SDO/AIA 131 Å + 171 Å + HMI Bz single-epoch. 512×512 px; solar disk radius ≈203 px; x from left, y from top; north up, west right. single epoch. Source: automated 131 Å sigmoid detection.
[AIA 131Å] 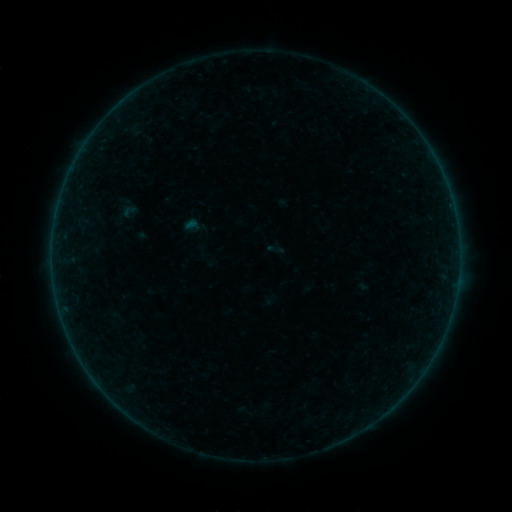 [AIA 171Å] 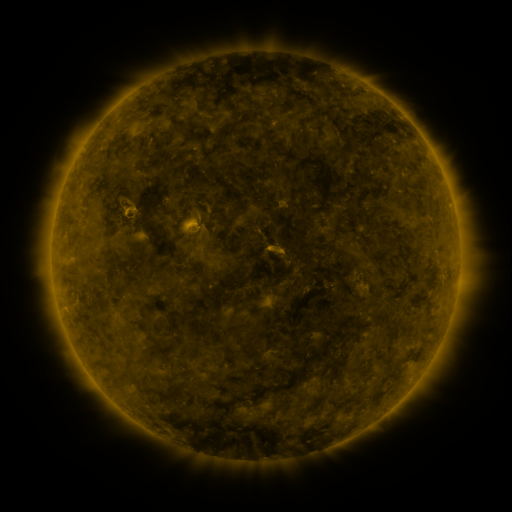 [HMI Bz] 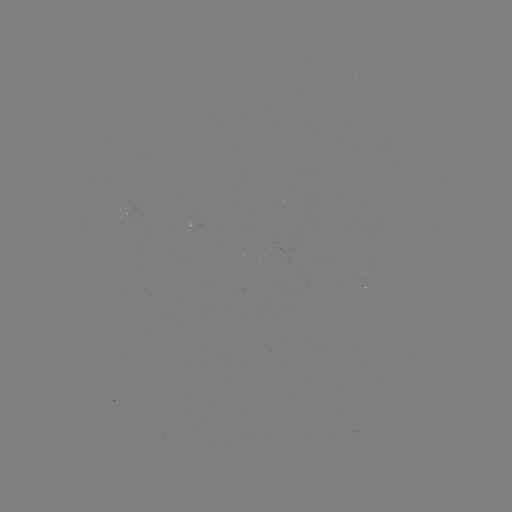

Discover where sigmoid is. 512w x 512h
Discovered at (275, 249).